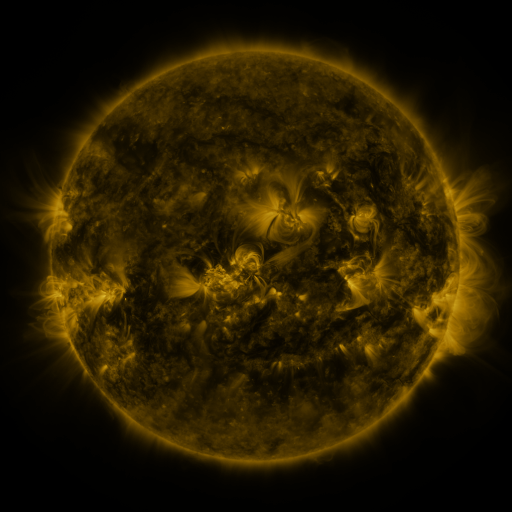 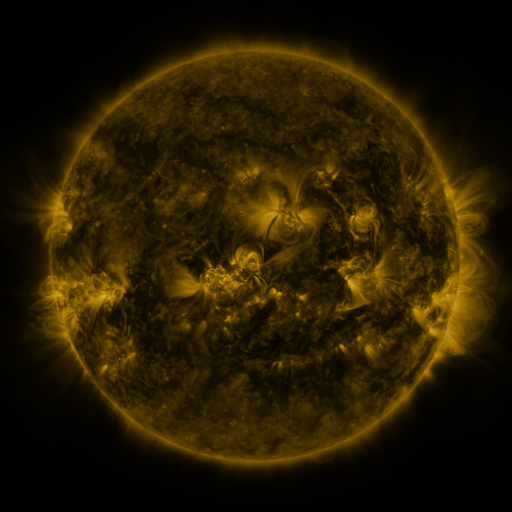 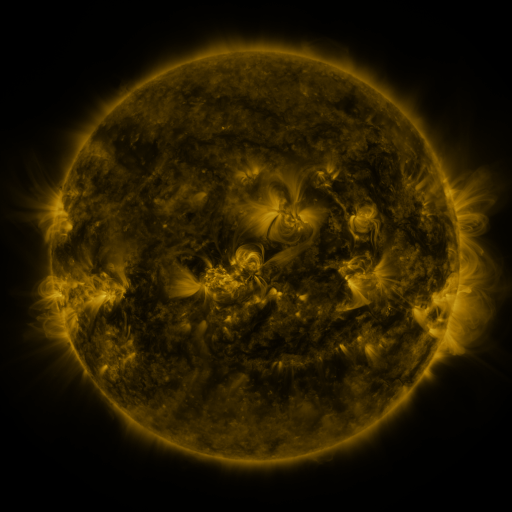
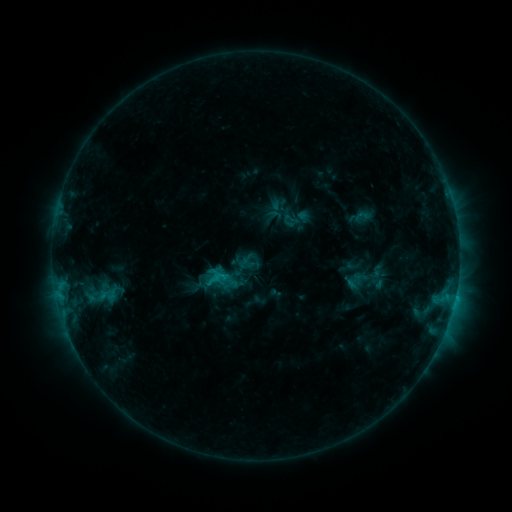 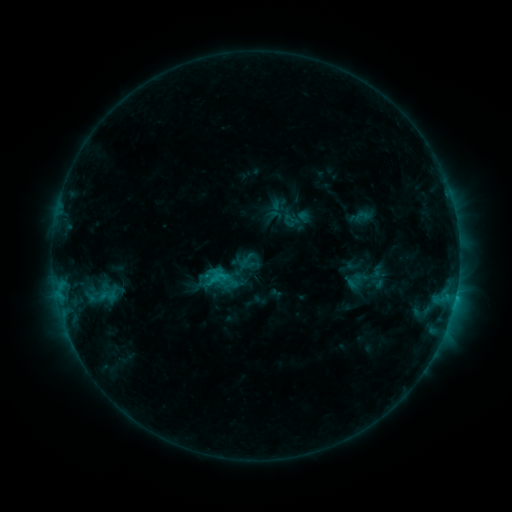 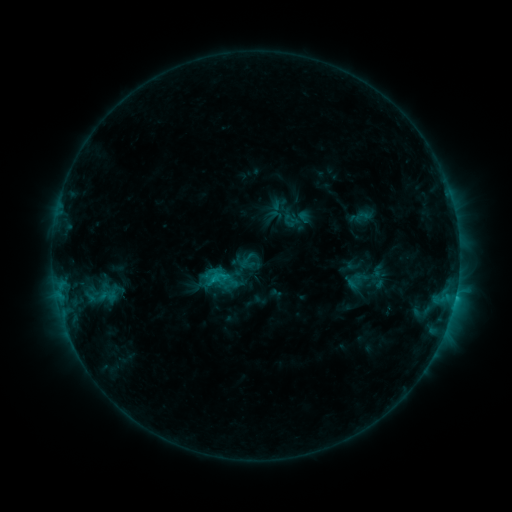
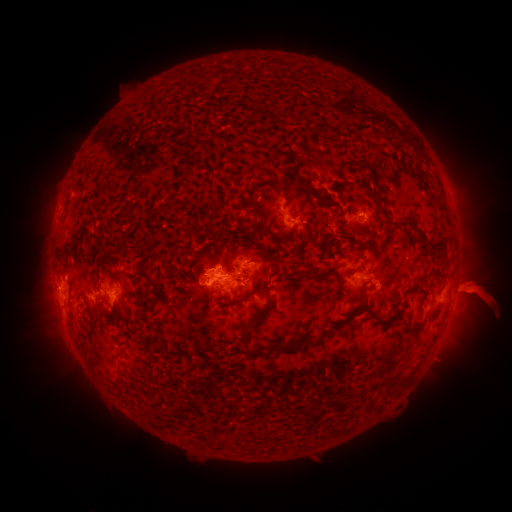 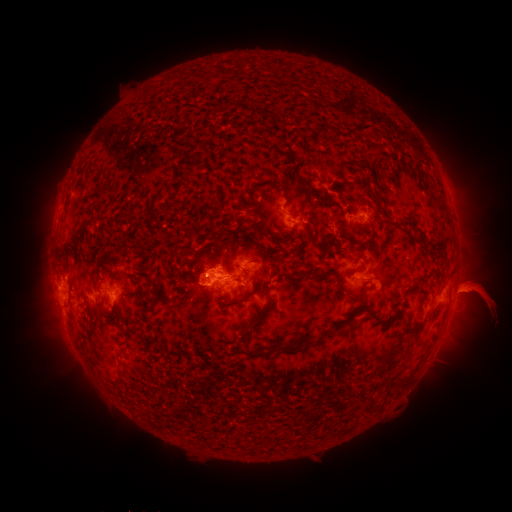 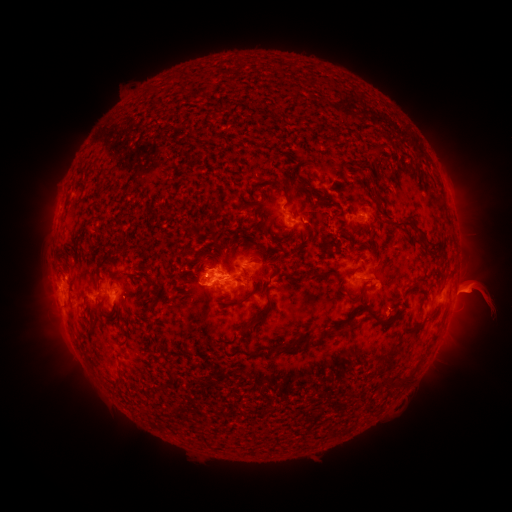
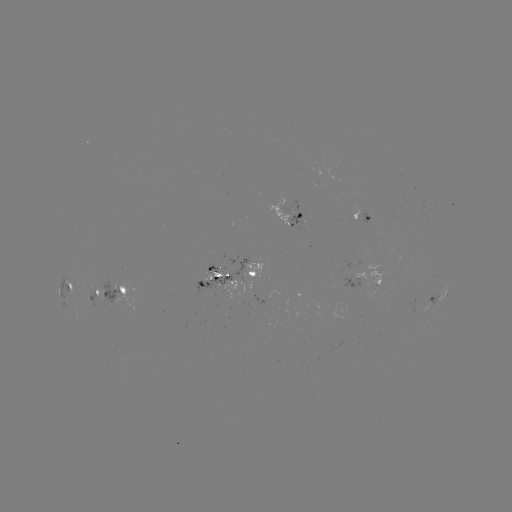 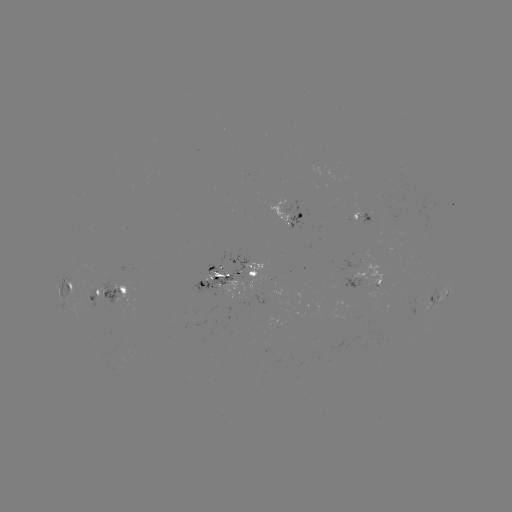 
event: eruption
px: (474, 286)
